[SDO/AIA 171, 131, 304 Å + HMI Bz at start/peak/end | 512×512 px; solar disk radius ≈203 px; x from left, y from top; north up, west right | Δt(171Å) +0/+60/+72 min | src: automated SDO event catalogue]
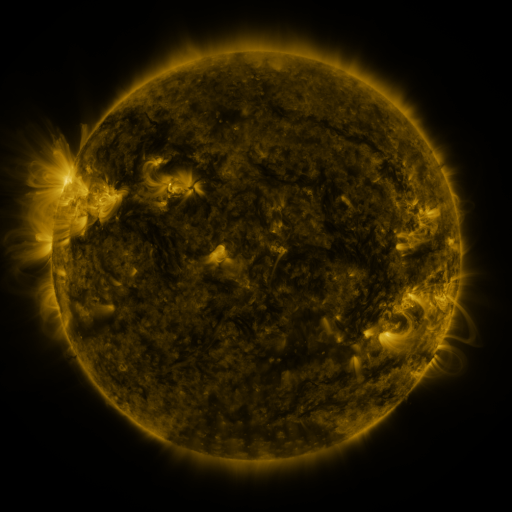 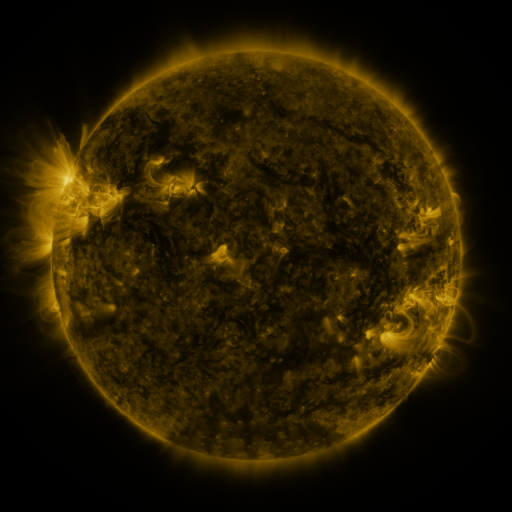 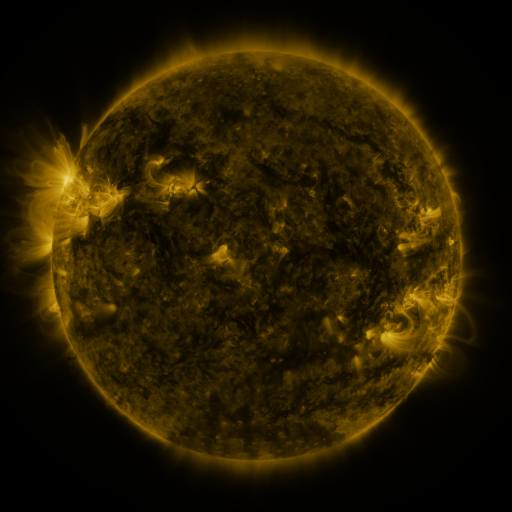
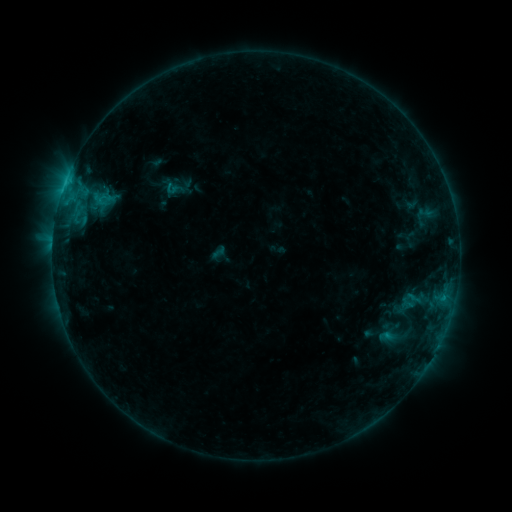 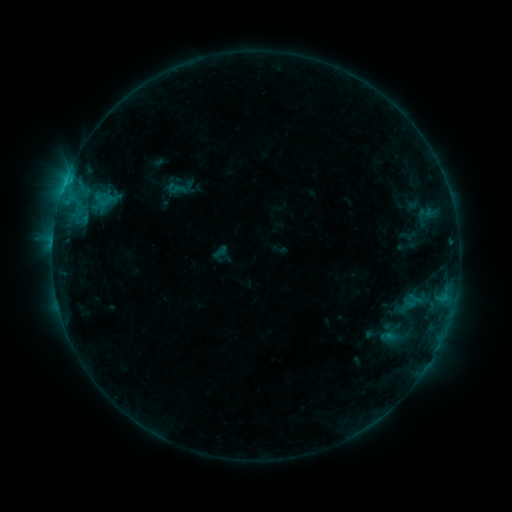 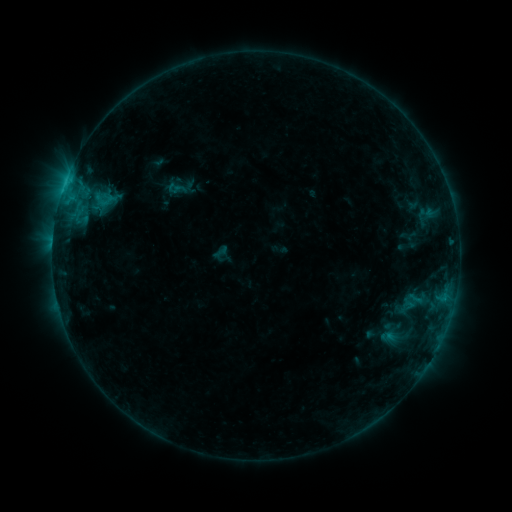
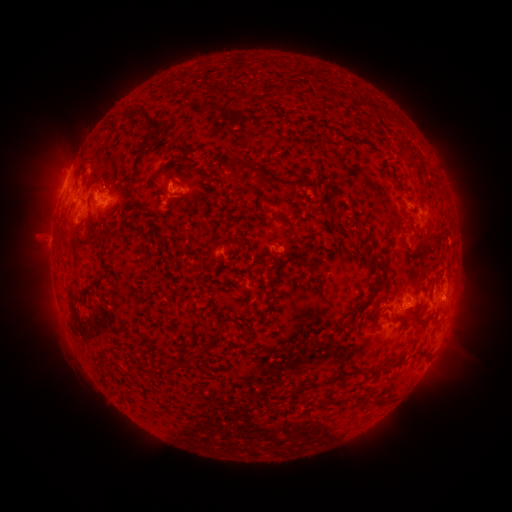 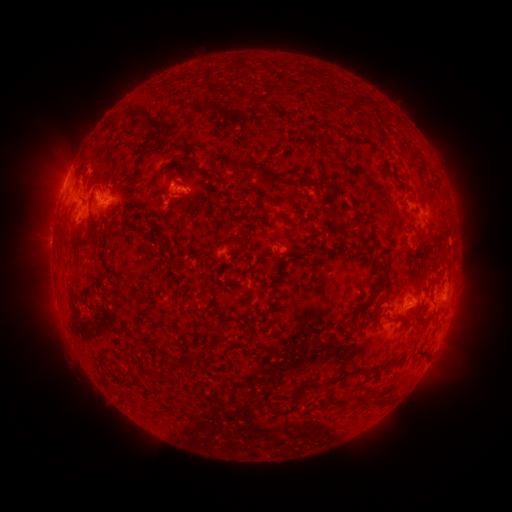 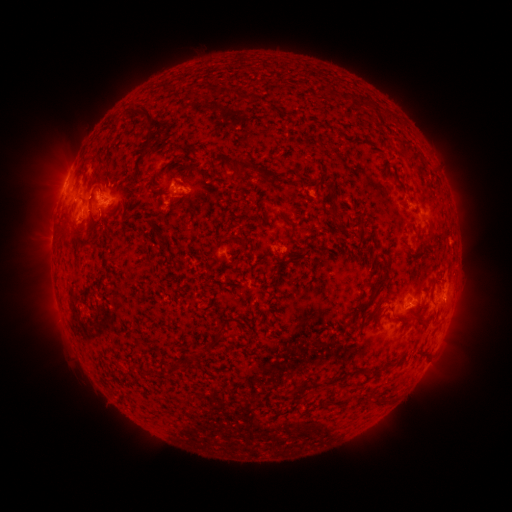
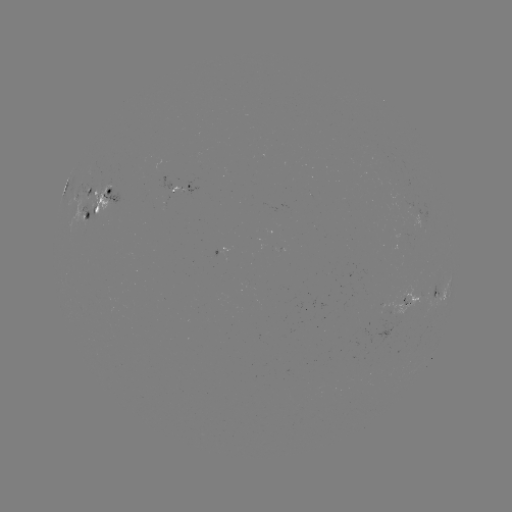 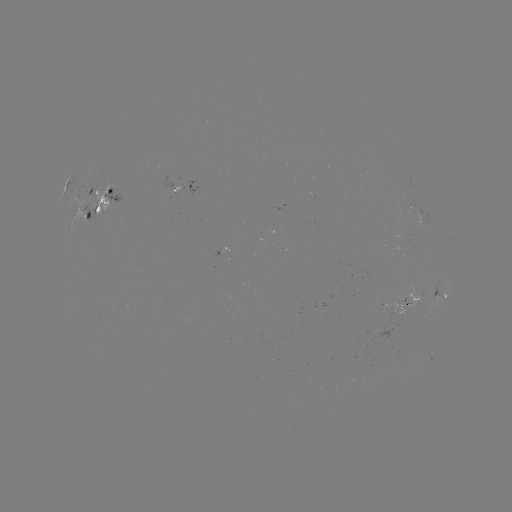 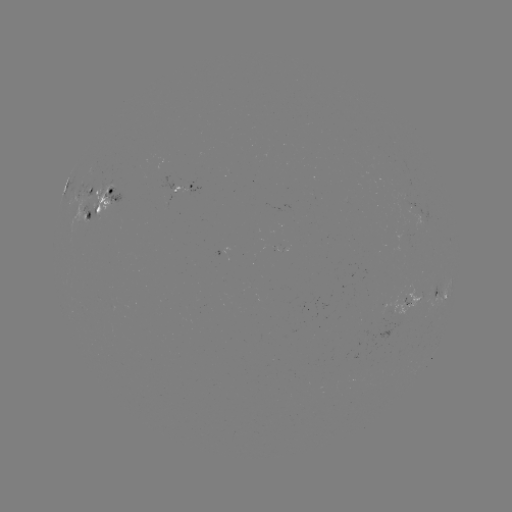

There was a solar emerging-flux region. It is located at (93, 198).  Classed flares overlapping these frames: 1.